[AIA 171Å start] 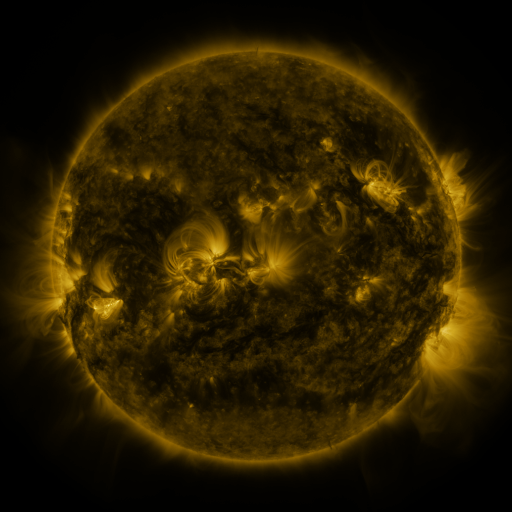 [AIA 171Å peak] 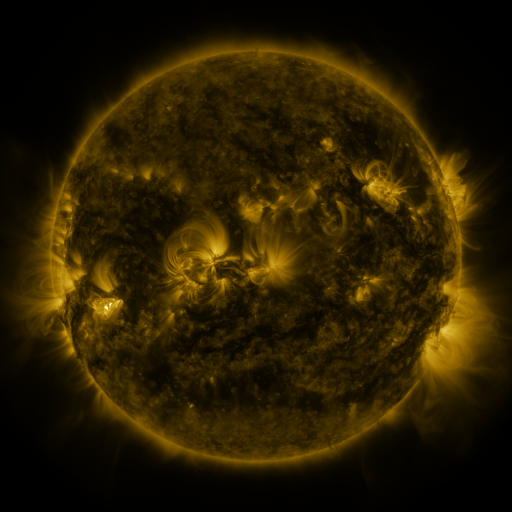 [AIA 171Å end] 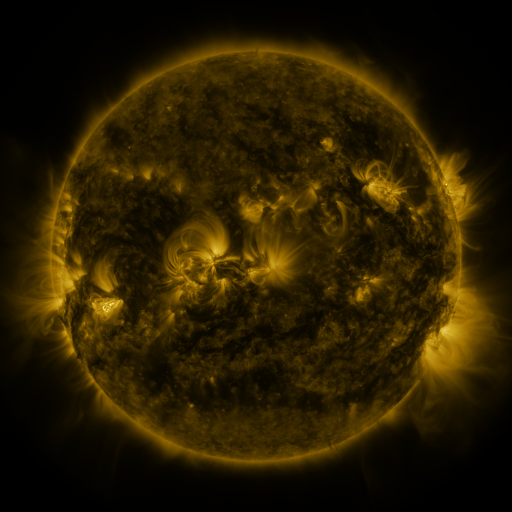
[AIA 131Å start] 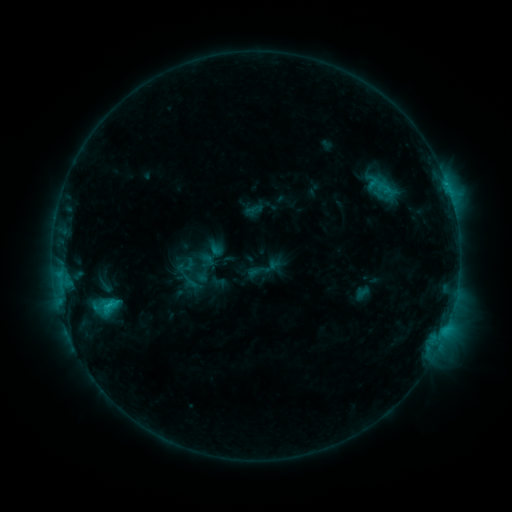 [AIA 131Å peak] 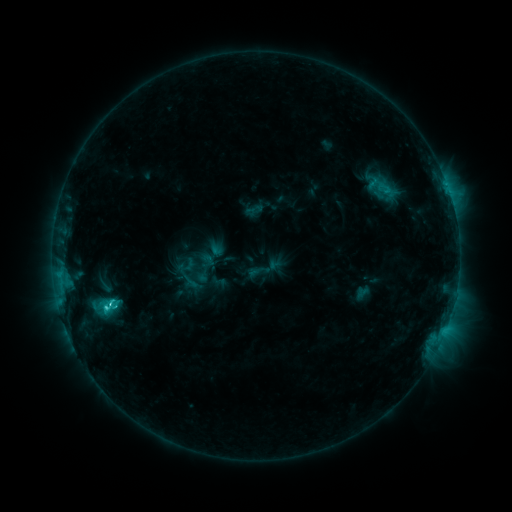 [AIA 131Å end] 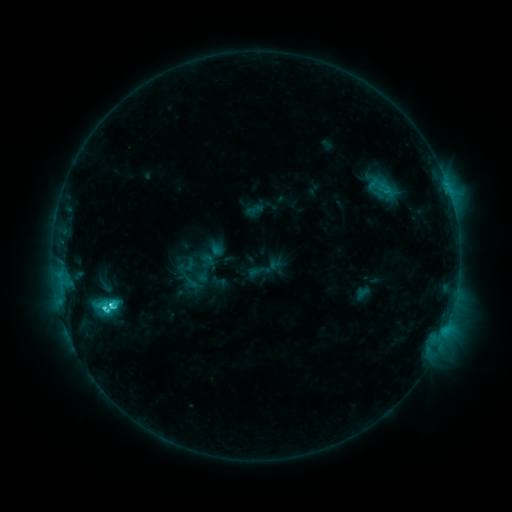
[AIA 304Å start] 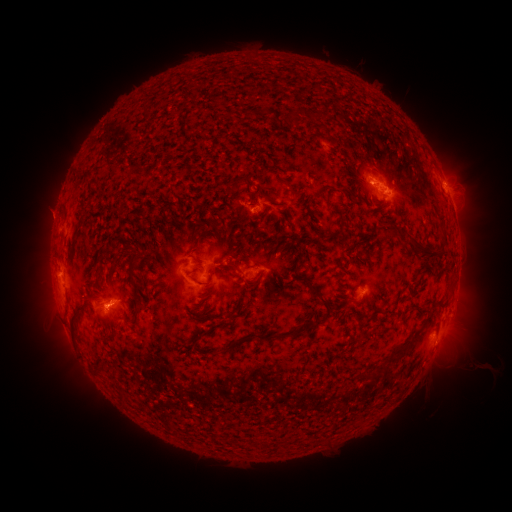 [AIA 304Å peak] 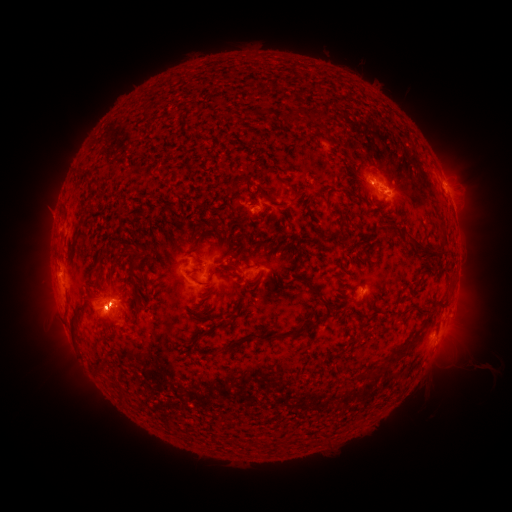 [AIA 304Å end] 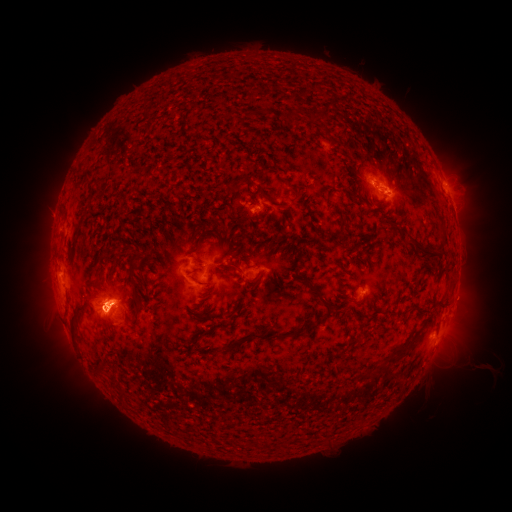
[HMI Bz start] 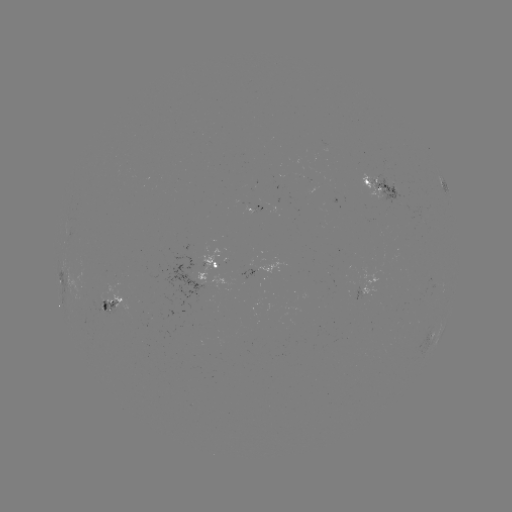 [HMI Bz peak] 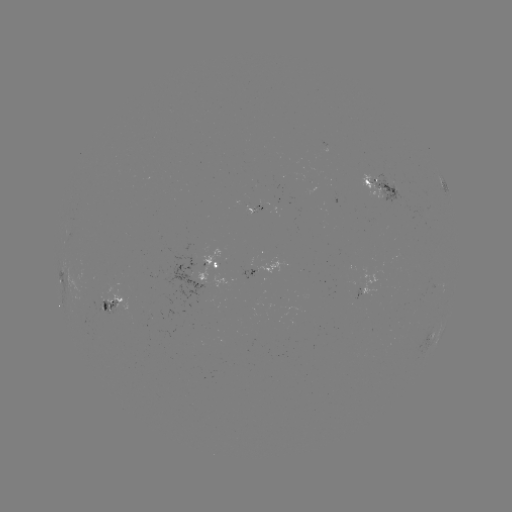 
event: flare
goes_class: M1.0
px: (111, 302)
